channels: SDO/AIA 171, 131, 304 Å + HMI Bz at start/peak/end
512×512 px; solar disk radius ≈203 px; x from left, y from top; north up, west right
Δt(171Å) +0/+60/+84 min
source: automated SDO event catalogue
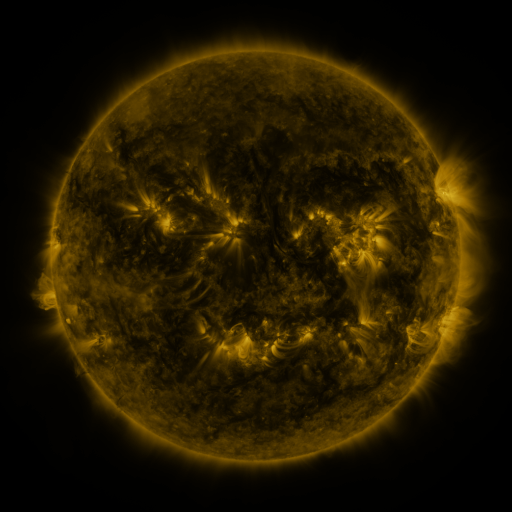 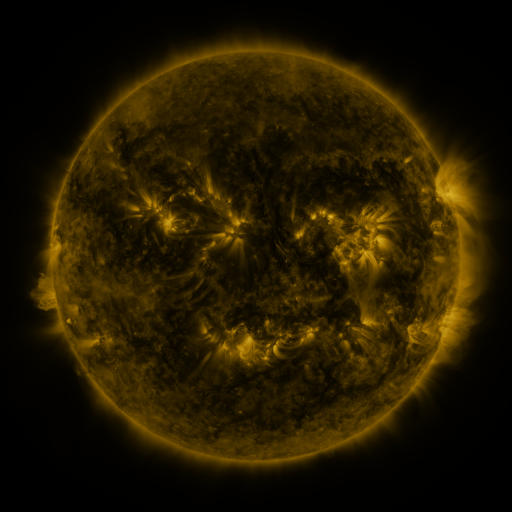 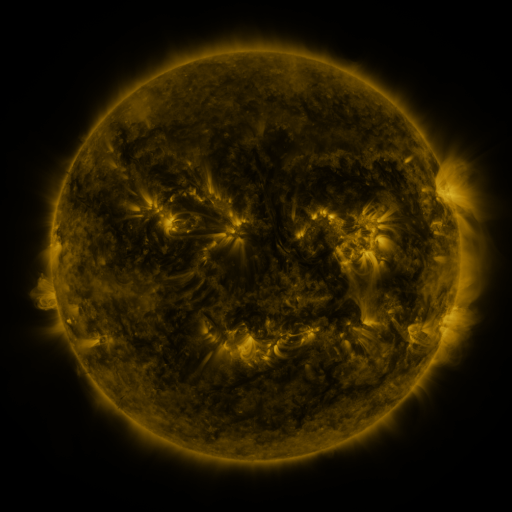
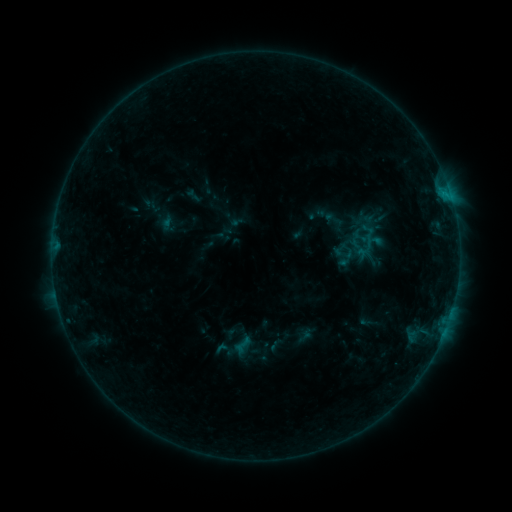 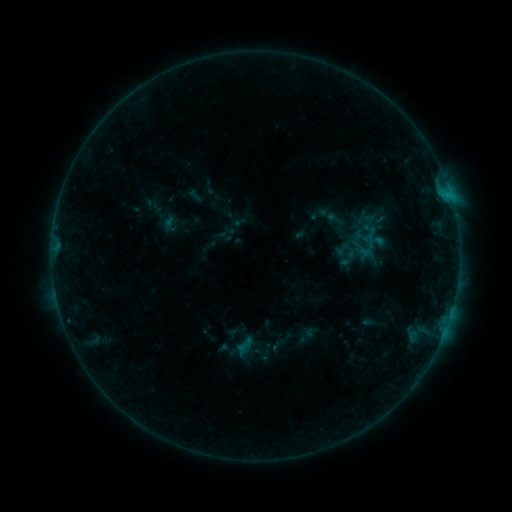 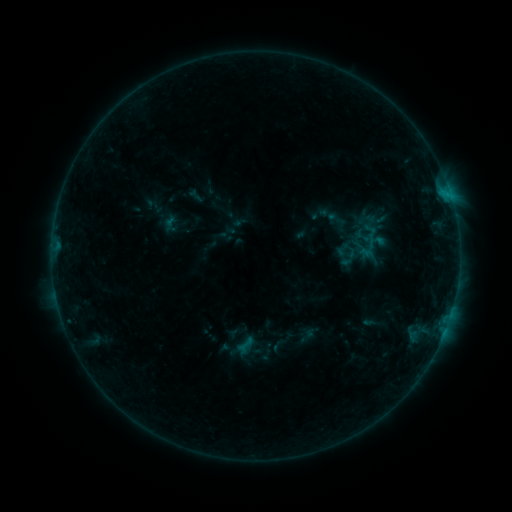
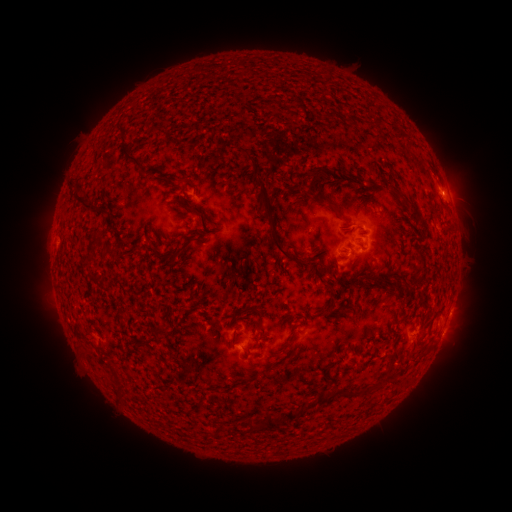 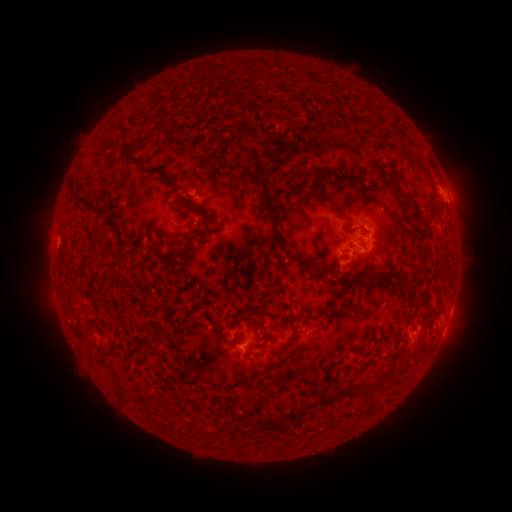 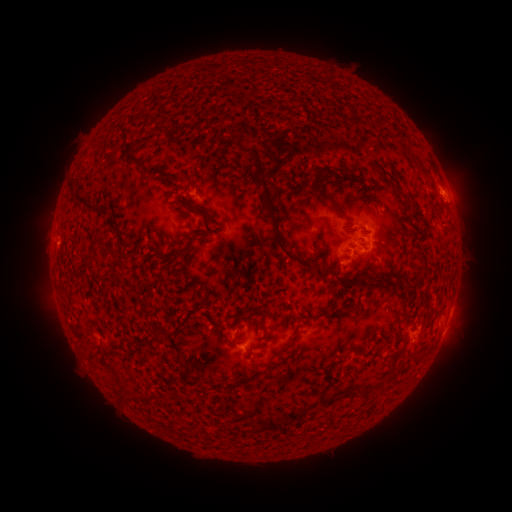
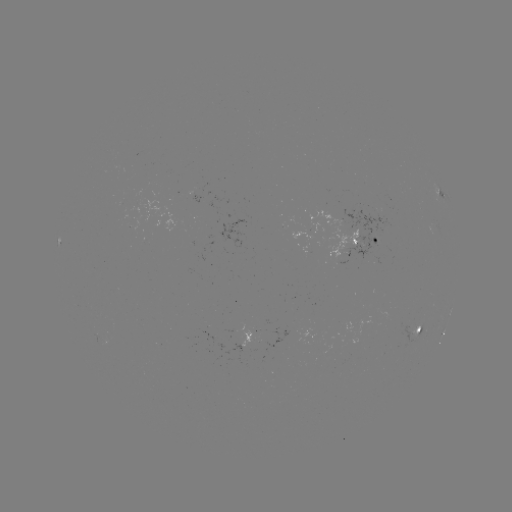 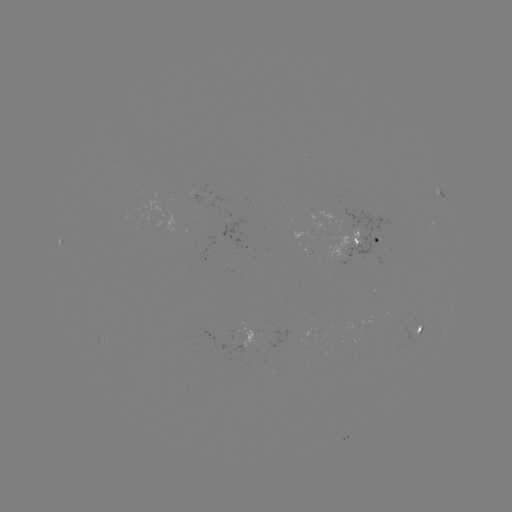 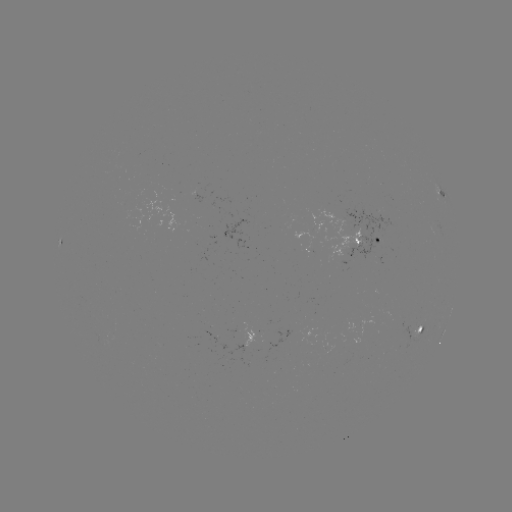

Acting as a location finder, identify emerging-flux region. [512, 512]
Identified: (351, 230).